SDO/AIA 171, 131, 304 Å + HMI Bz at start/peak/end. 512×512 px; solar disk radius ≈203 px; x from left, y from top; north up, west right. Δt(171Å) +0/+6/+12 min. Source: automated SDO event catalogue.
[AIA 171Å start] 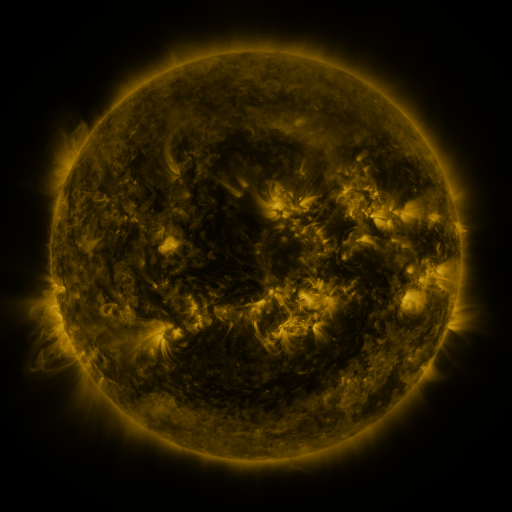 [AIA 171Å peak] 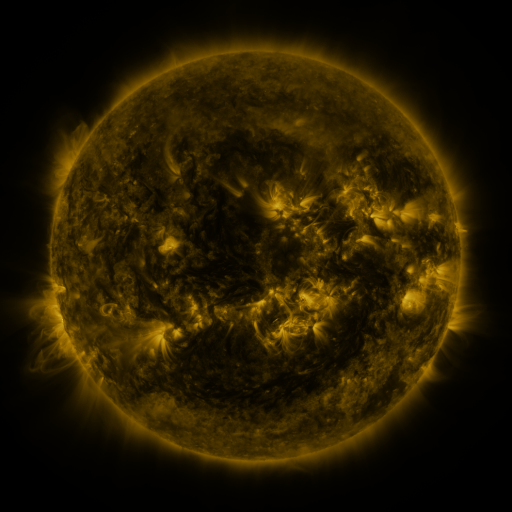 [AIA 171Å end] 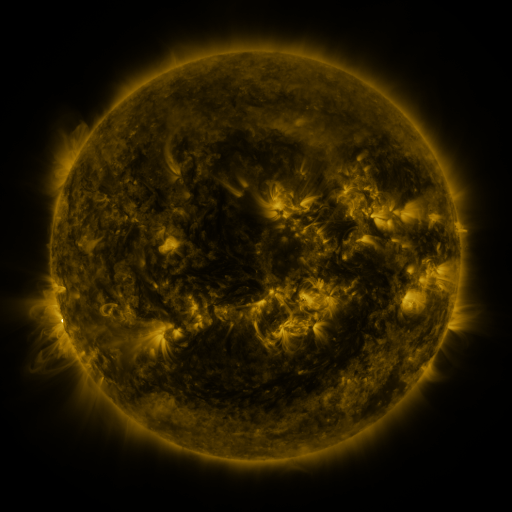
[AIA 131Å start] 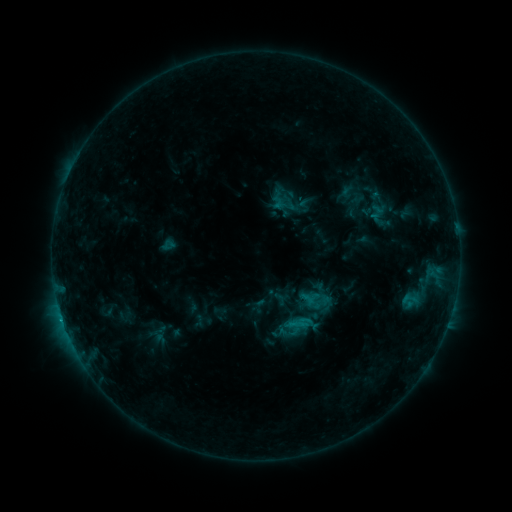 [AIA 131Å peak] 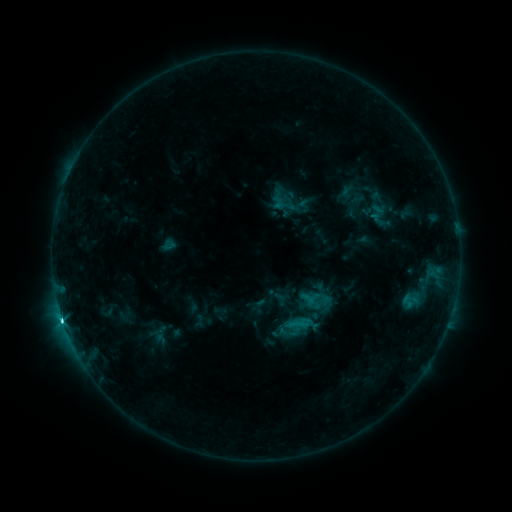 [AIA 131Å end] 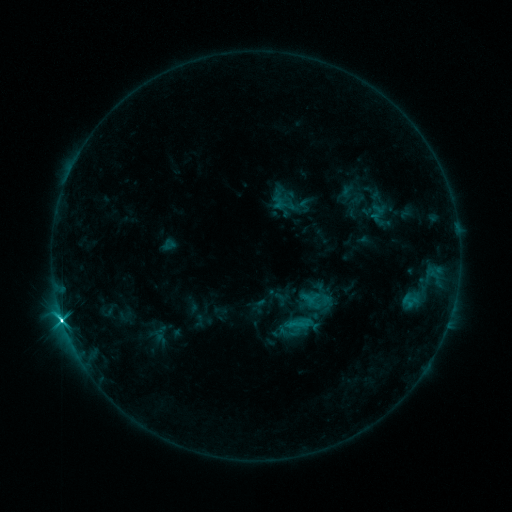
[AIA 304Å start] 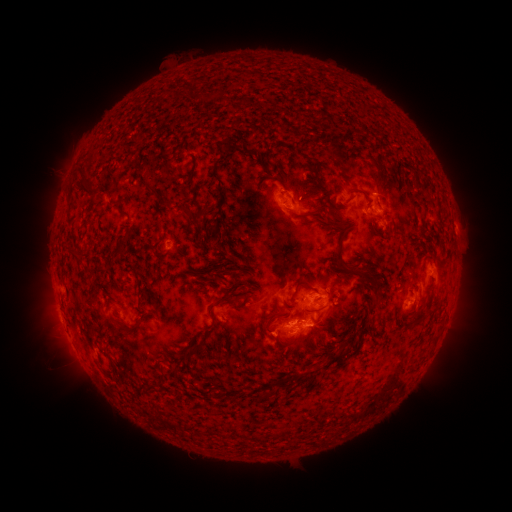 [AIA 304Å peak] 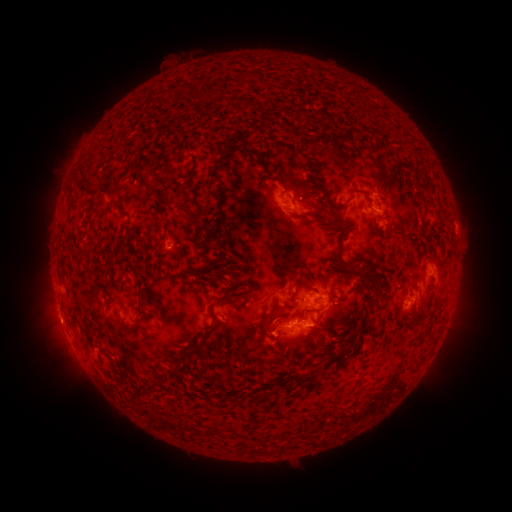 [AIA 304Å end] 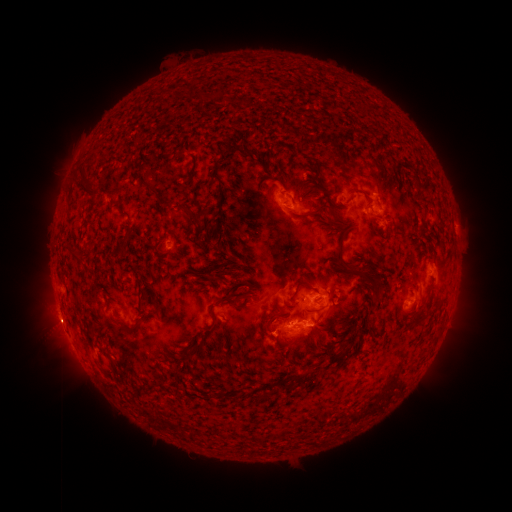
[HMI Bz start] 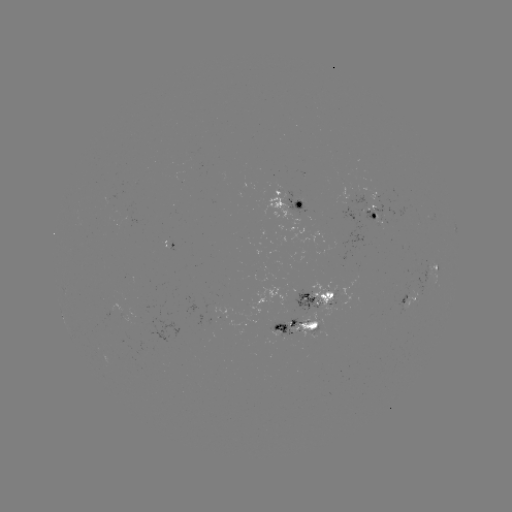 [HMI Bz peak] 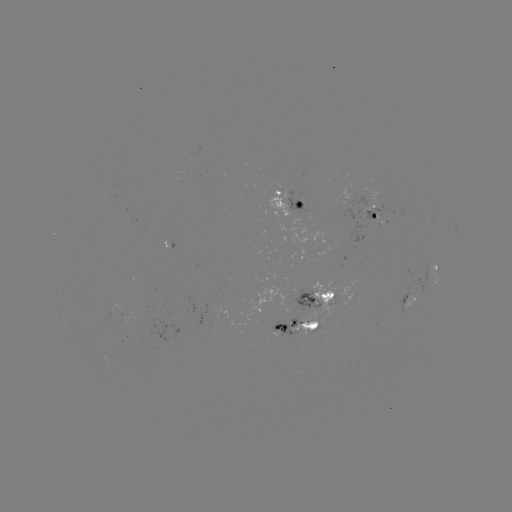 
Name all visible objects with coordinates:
C8.8 flare: (62, 318)
